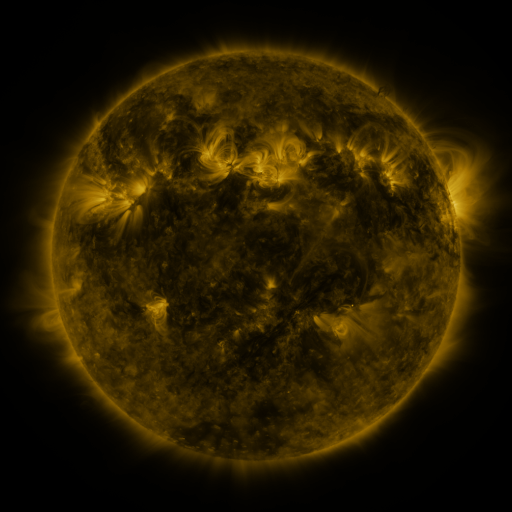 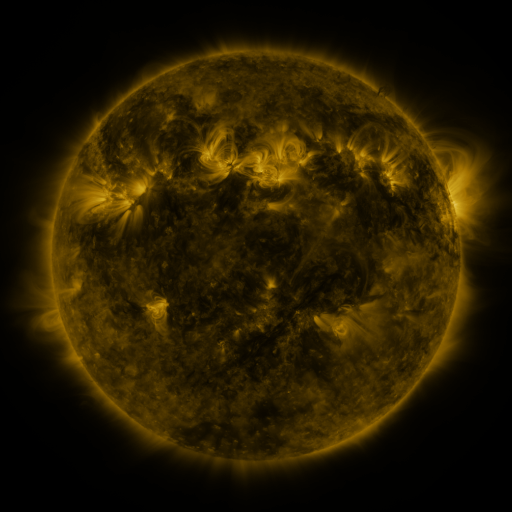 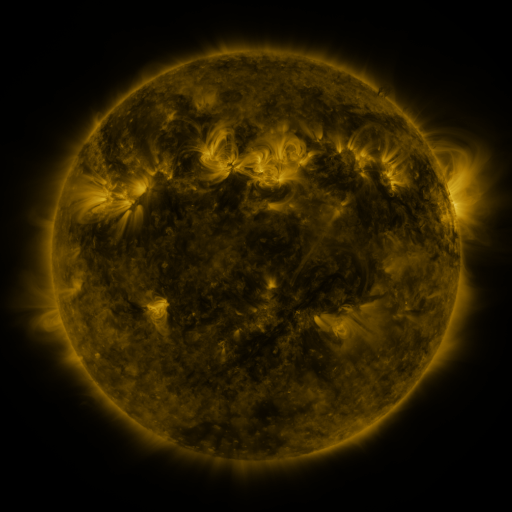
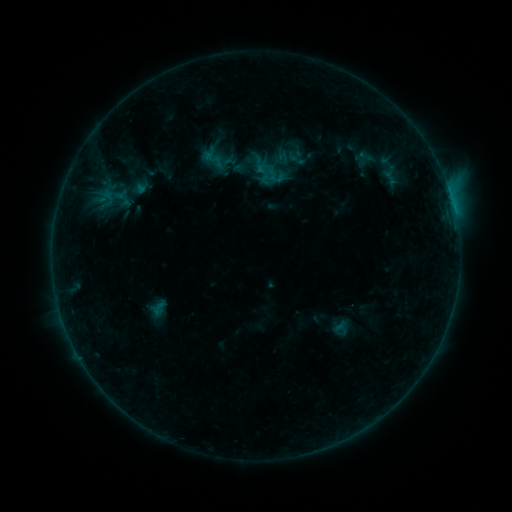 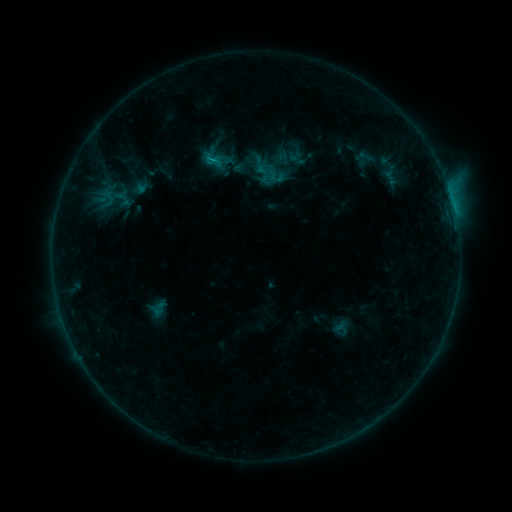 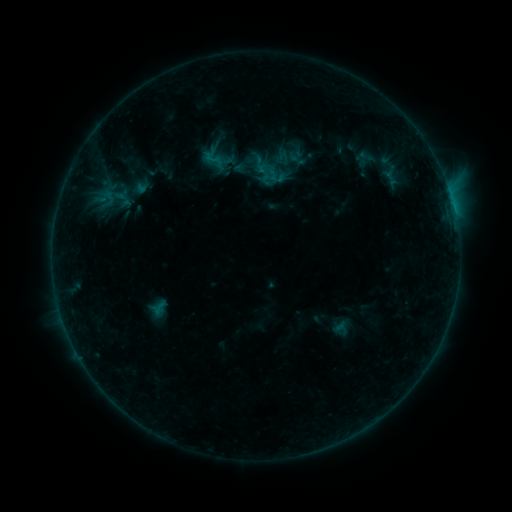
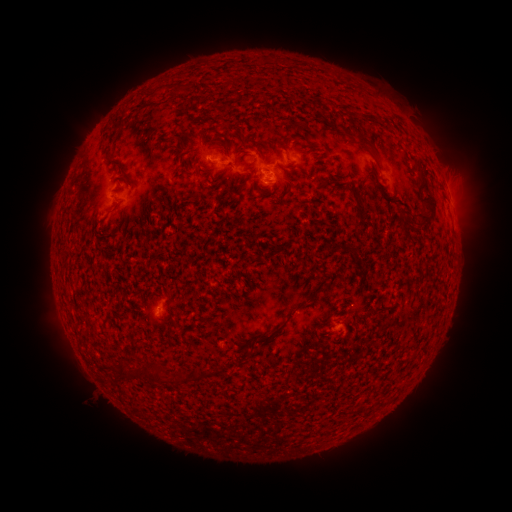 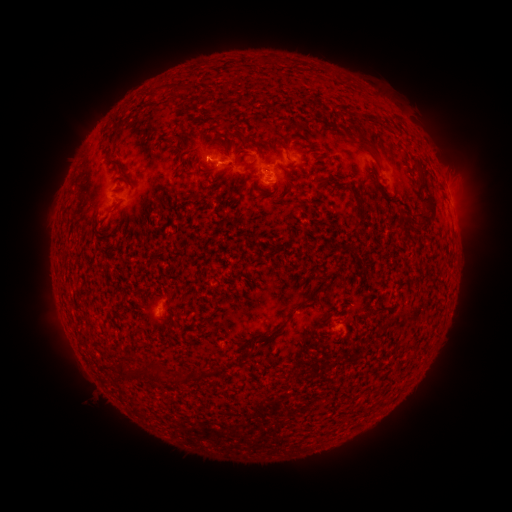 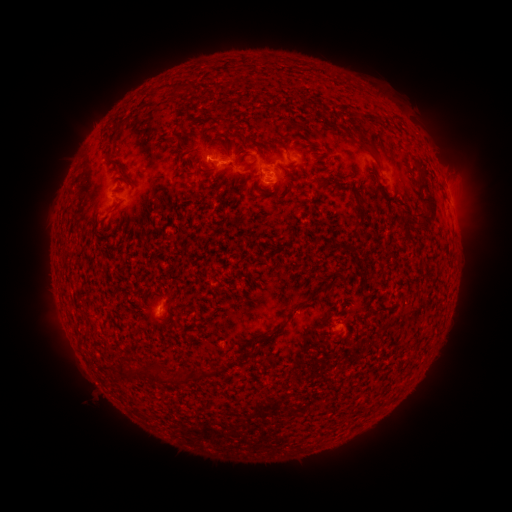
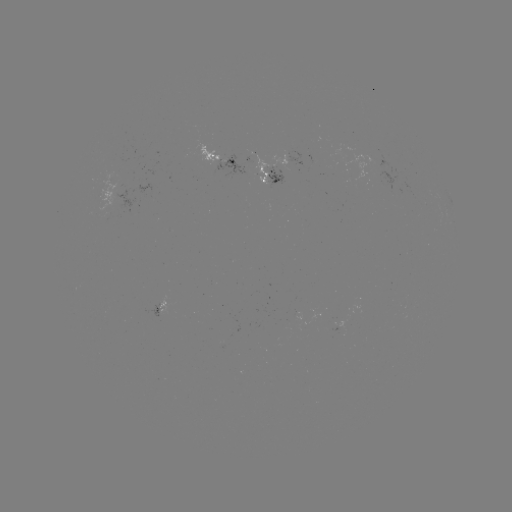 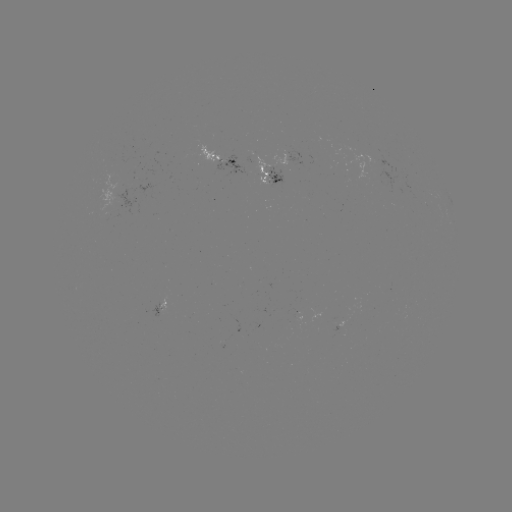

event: flare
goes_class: B5.1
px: (210, 160)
